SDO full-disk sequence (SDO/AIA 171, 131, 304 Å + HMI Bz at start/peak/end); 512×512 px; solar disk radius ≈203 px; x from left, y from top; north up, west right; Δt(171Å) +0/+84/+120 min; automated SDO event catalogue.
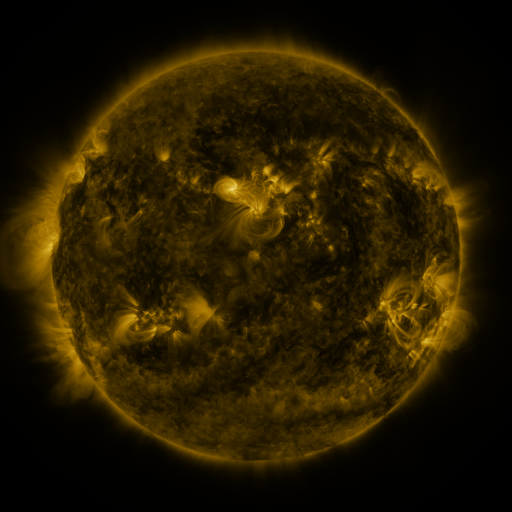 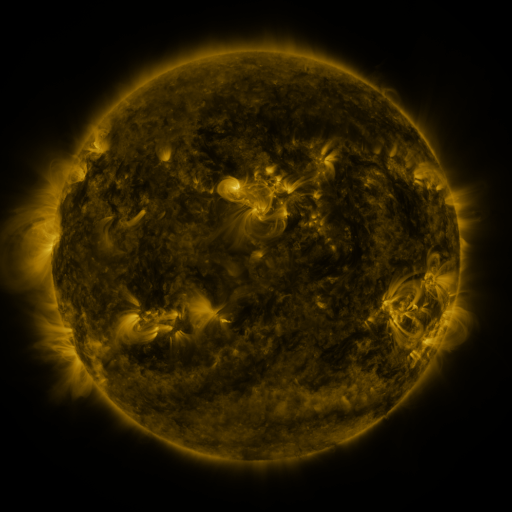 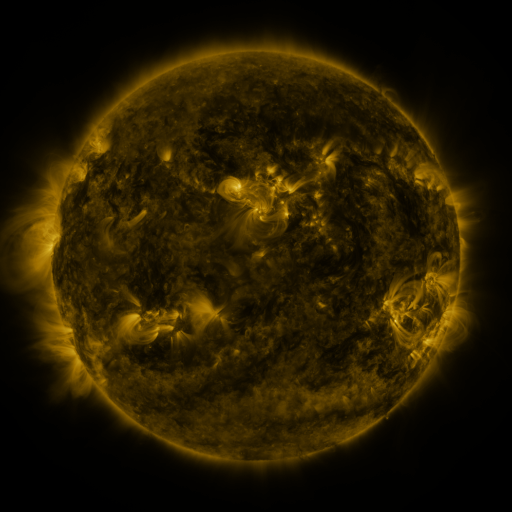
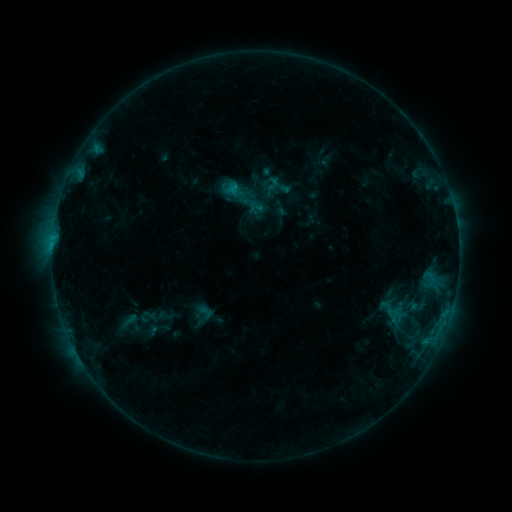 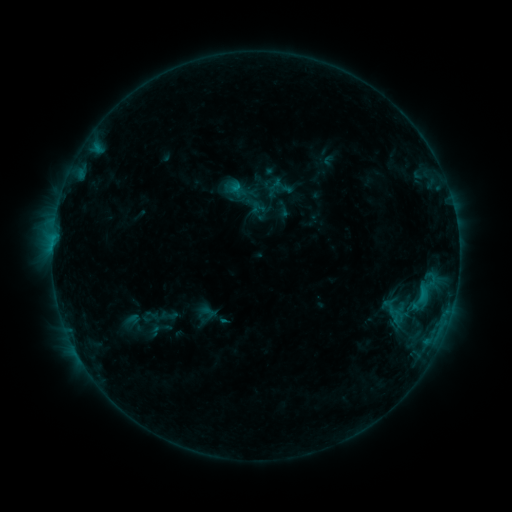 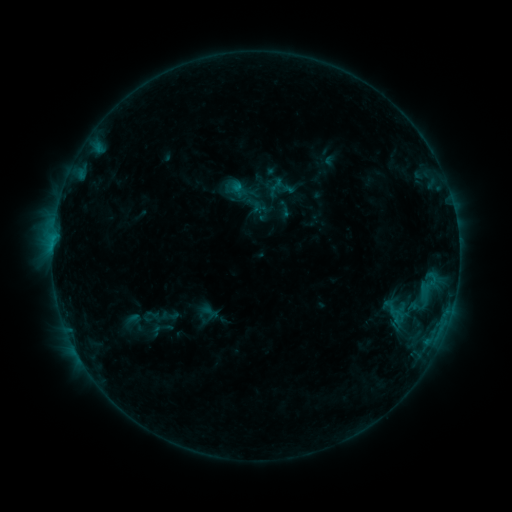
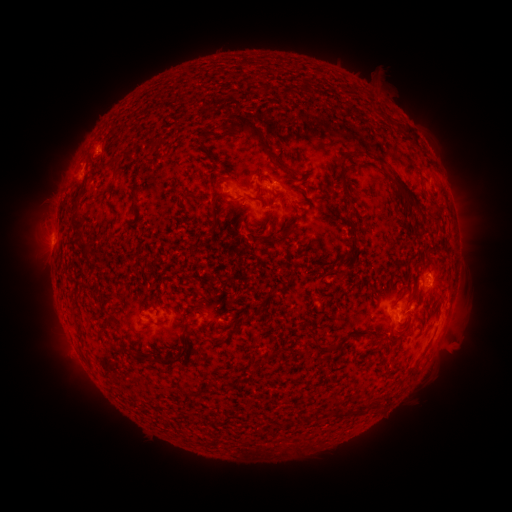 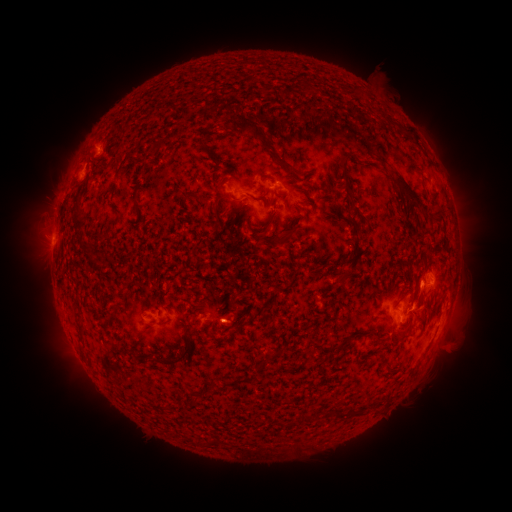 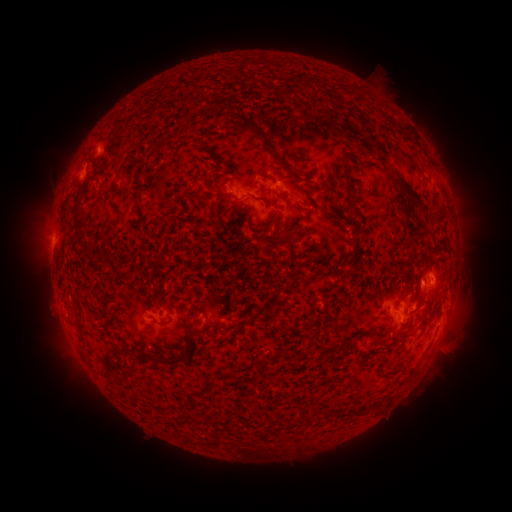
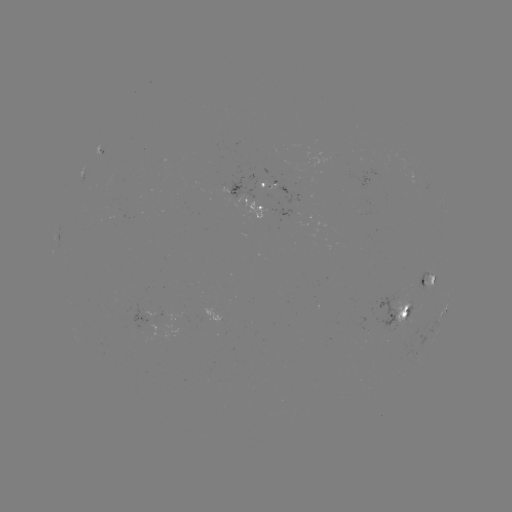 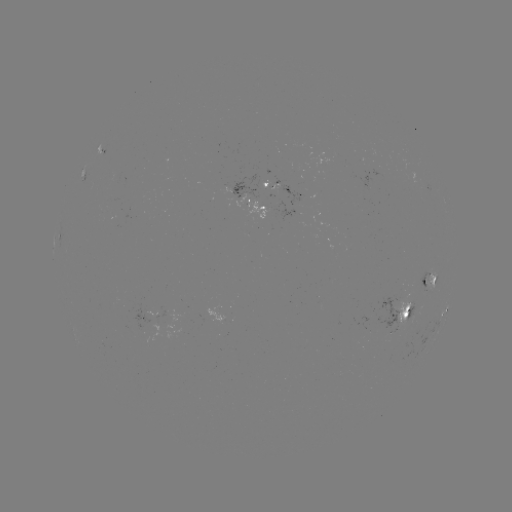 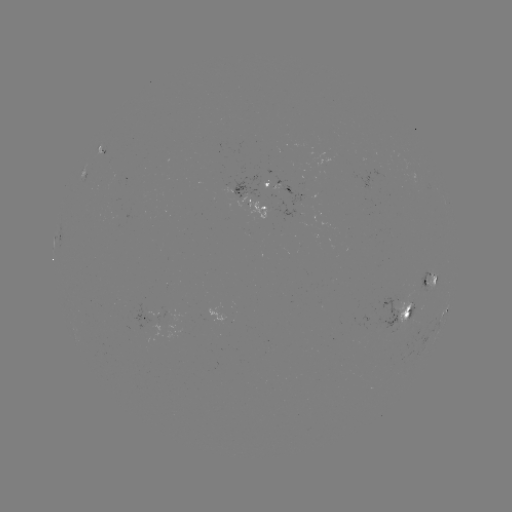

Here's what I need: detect emerging-flux region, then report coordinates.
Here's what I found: emerging-flux region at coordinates (403, 316).